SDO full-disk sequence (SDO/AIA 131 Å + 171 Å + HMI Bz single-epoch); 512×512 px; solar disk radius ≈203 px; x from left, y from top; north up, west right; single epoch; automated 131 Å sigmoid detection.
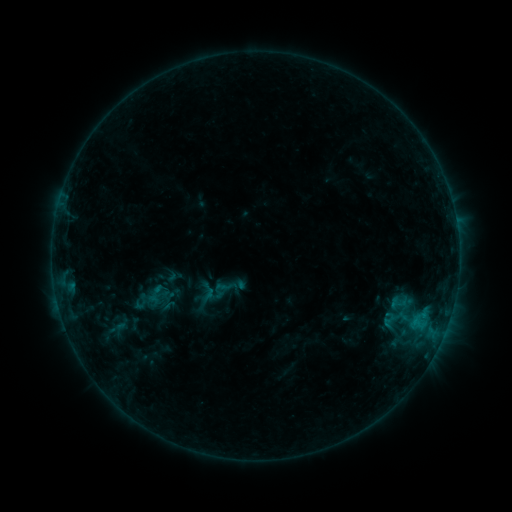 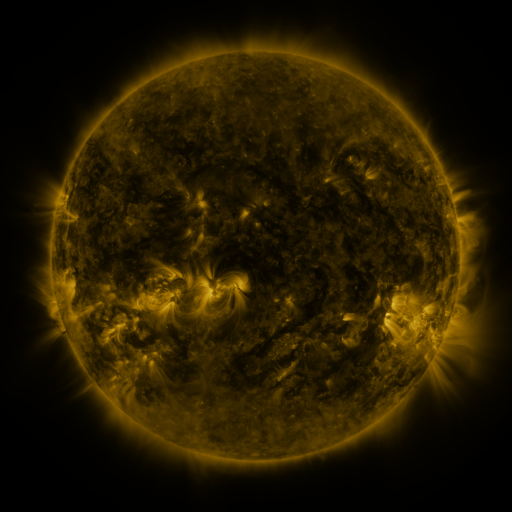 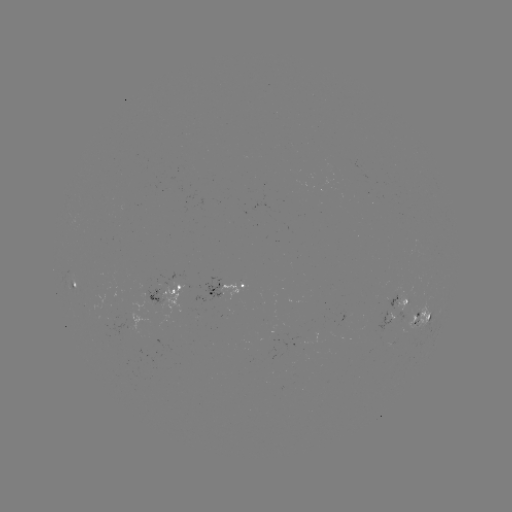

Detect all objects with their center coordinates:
sigmoid: (163, 273, 185, 293)
sigmoid: (212, 279, 233, 298)
sigmoid: (379, 303, 410, 334)
